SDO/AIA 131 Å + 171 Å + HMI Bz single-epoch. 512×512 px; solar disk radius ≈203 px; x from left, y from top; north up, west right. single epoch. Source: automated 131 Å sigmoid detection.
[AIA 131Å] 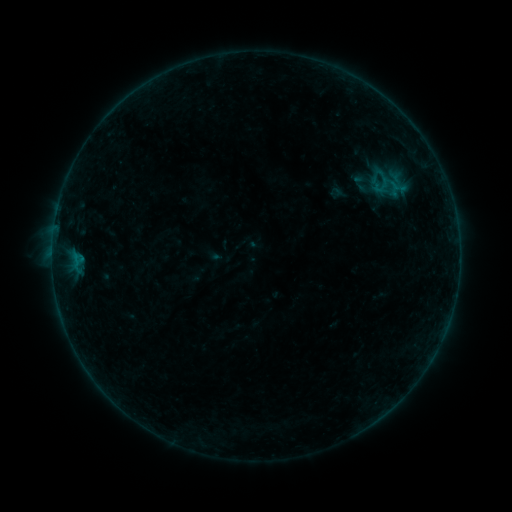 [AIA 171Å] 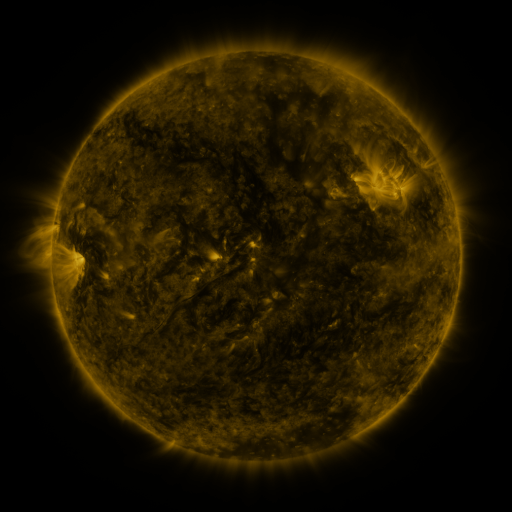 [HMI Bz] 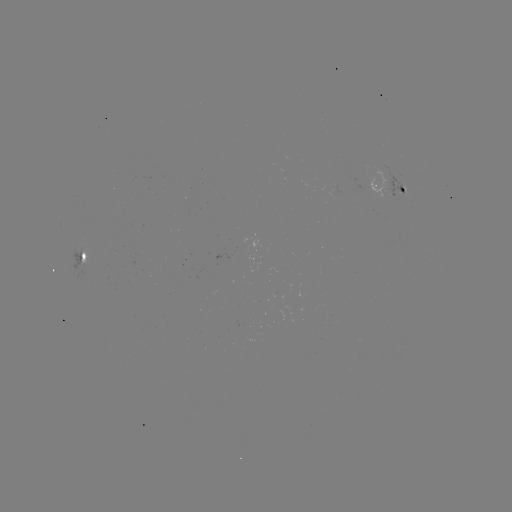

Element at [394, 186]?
sigmoid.